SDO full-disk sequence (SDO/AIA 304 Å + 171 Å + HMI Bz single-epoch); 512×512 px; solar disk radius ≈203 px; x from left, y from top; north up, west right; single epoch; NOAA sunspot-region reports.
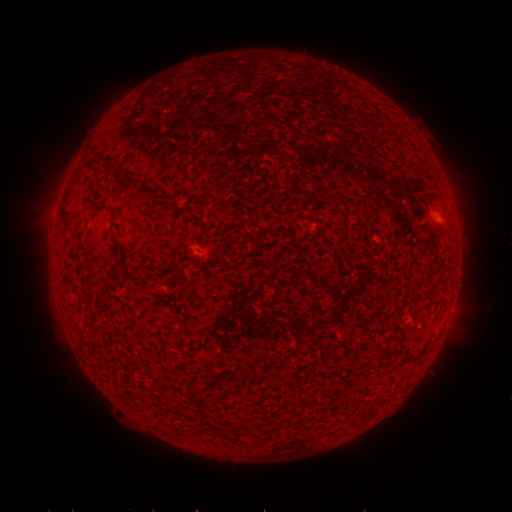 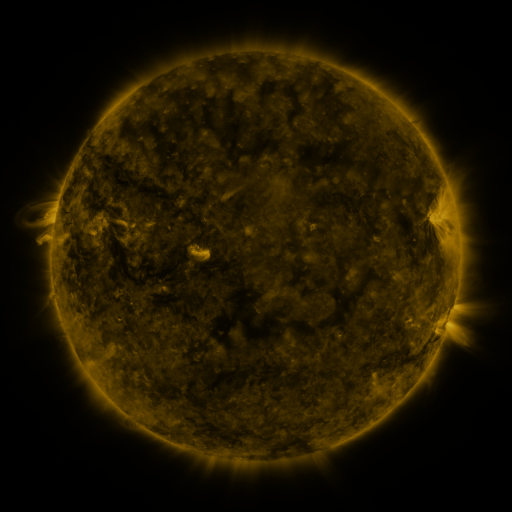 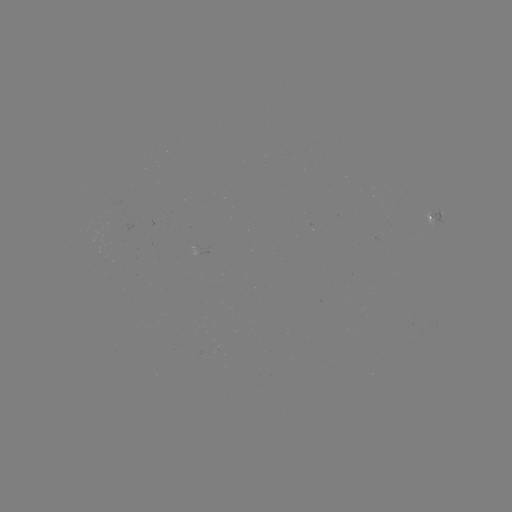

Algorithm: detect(spotted active region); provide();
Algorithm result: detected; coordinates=438,216